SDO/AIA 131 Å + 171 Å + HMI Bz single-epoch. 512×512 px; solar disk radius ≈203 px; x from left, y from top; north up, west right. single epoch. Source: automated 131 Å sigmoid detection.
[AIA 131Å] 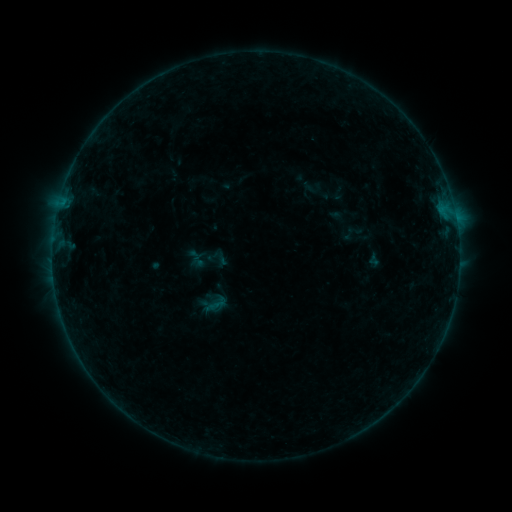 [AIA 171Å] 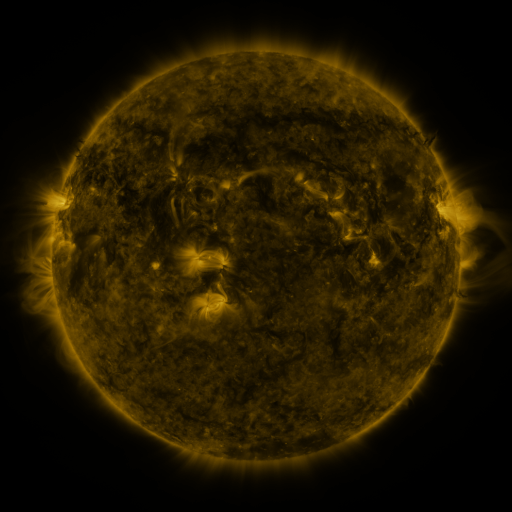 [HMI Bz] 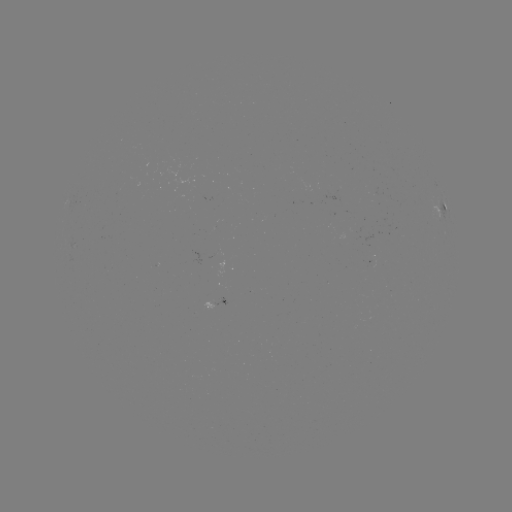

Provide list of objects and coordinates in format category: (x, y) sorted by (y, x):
sigmoid: (197, 260)
